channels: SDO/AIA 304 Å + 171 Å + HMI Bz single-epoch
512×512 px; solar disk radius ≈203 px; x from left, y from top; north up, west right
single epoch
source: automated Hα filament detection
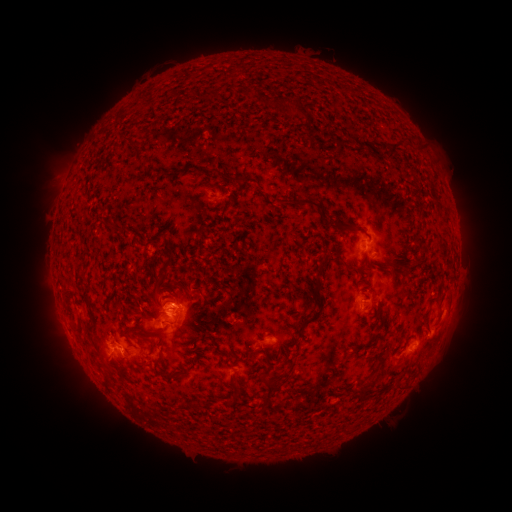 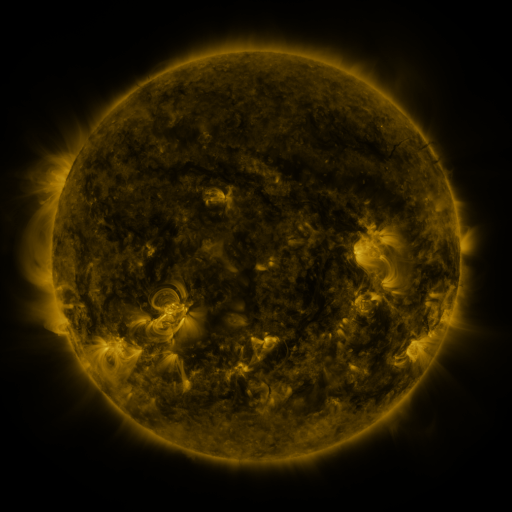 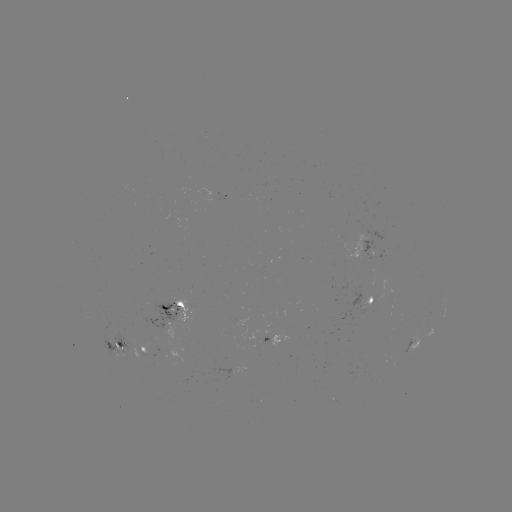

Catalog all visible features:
filament: [241, 90, 253, 98]
filament: [253, 95, 271, 108]
filament: [292, 108, 304, 117]
filament: [384, 132, 408, 158]
filament: [128, 144, 139, 154]
filament: [219, 173, 240, 184]
filament: [205, 184, 215, 190]
filament: [269, 196, 323, 209]
filament: [334, 217, 343, 229]
filament: [316, 250, 331, 278]
filament: [342, 258, 352, 270]
filament: [401, 264, 409, 272]
filament: [197, 287, 217, 302]
filament: [81, 290, 96, 322]
filament: [424, 310, 432, 329]
filament: [297, 316, 313, 333]
filament: [73, 326, 84, 336]
filament: [85, 326, 96, 341]
filament: [264, 342, 273, 364]
filament: [157, 354, 165, 366]
filament: [166, 373, 181, 381]
filament: [263, 377, 283, 409]
filament: [361, 379, 374, 399]
filament: [232, 381, 244, 397]
filament: [180, 401, 196, 412]
